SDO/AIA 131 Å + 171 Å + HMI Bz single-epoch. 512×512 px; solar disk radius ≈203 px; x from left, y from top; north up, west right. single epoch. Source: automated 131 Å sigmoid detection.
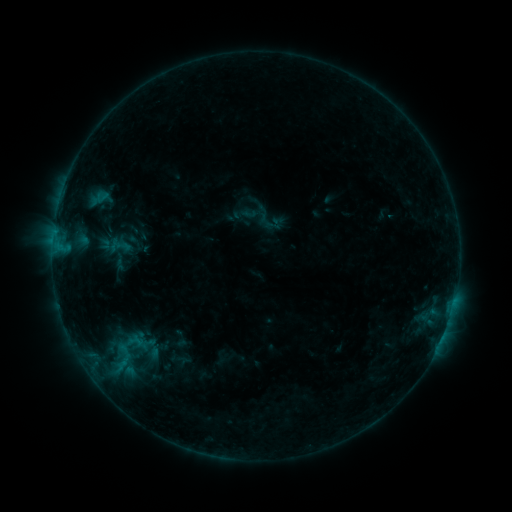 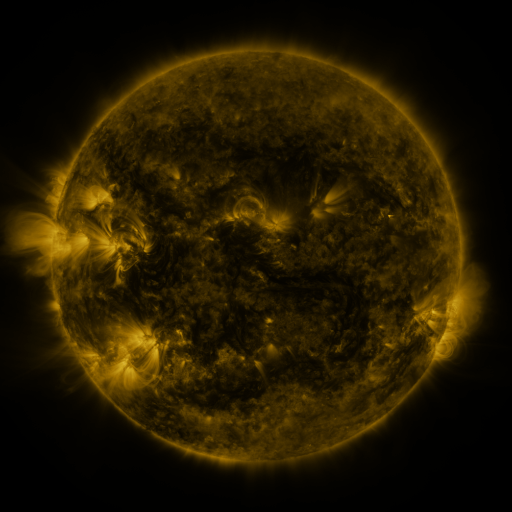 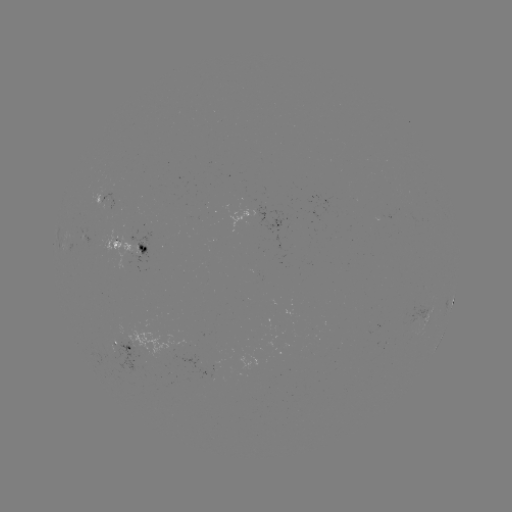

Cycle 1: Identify sigmoid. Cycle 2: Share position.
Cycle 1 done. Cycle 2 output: [120, 354].